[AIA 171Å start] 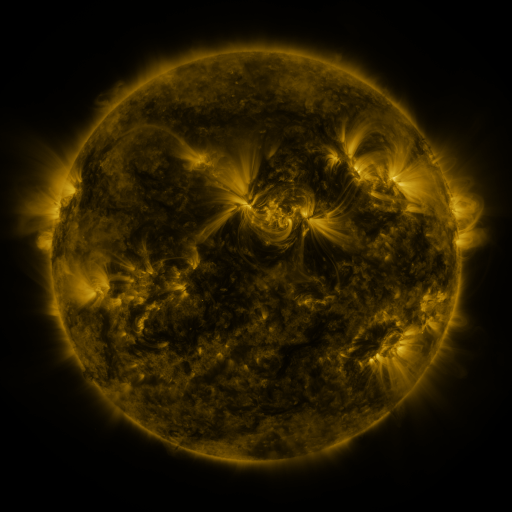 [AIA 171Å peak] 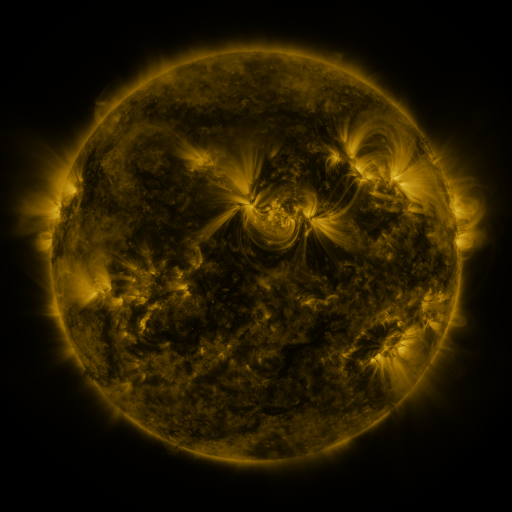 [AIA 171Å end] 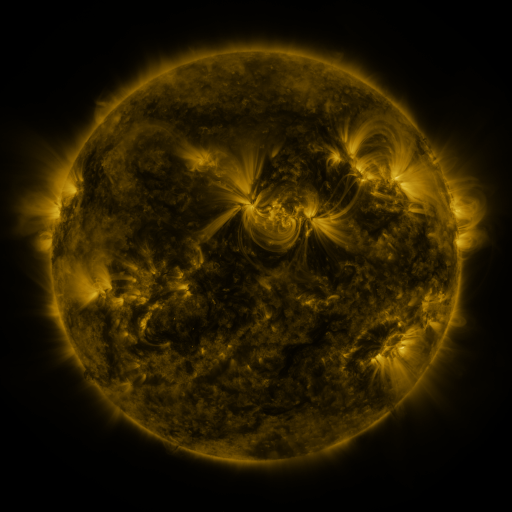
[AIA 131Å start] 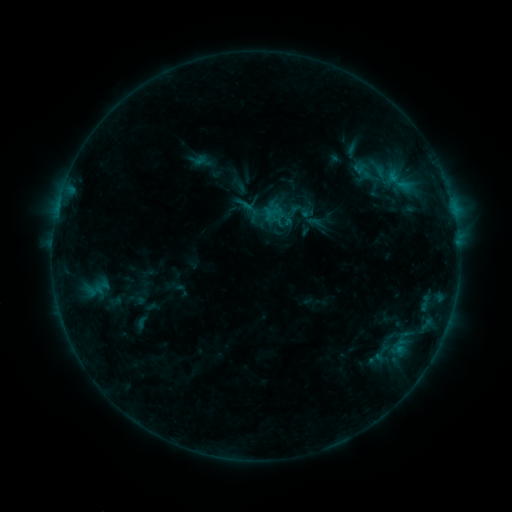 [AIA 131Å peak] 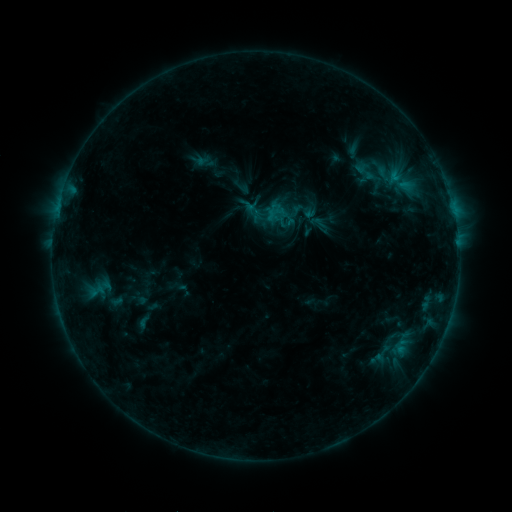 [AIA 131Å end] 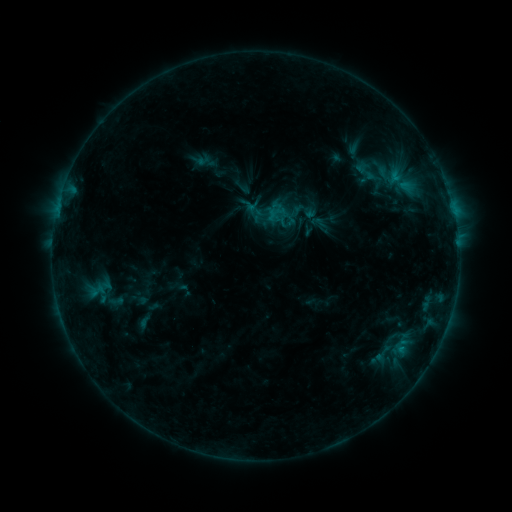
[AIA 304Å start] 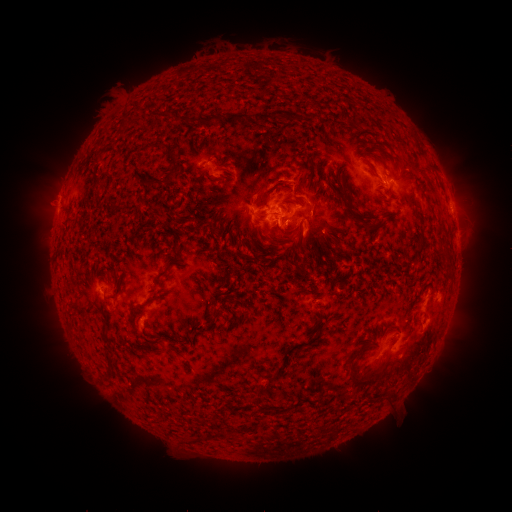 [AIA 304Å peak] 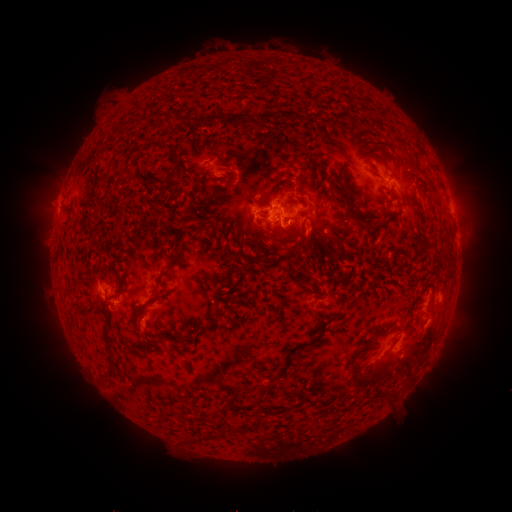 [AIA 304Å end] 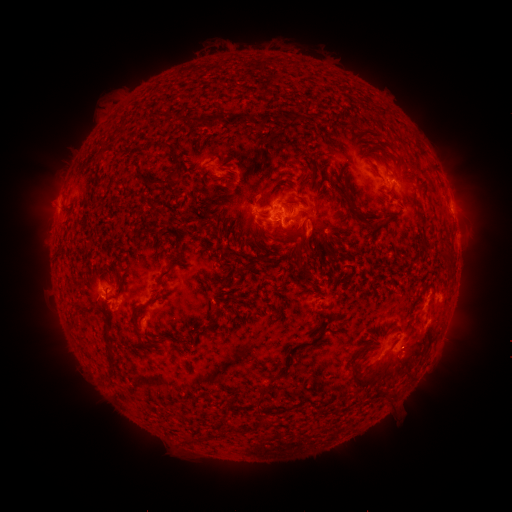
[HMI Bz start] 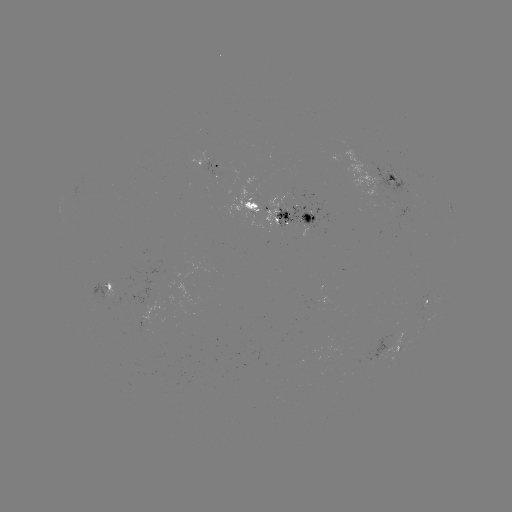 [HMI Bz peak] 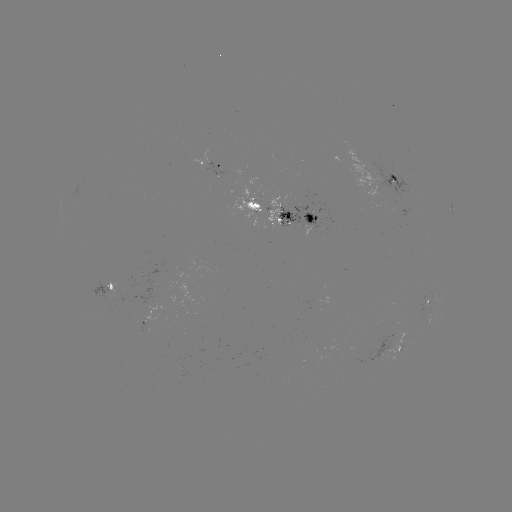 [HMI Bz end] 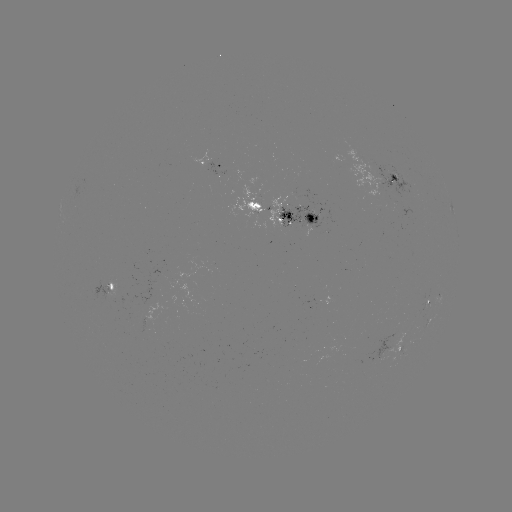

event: emerging-flux region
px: (376, 357)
